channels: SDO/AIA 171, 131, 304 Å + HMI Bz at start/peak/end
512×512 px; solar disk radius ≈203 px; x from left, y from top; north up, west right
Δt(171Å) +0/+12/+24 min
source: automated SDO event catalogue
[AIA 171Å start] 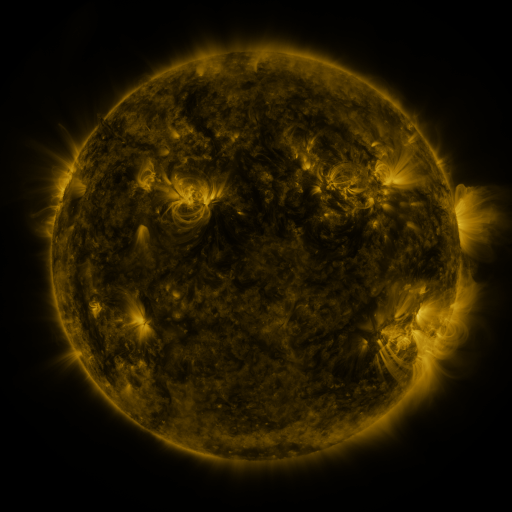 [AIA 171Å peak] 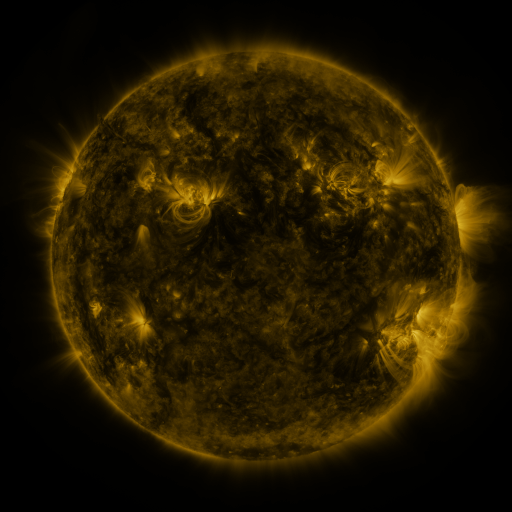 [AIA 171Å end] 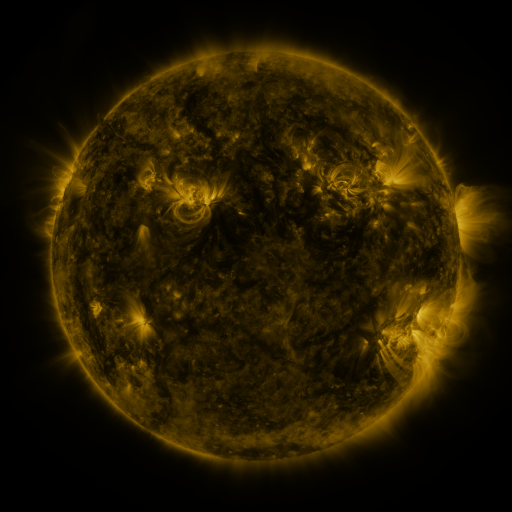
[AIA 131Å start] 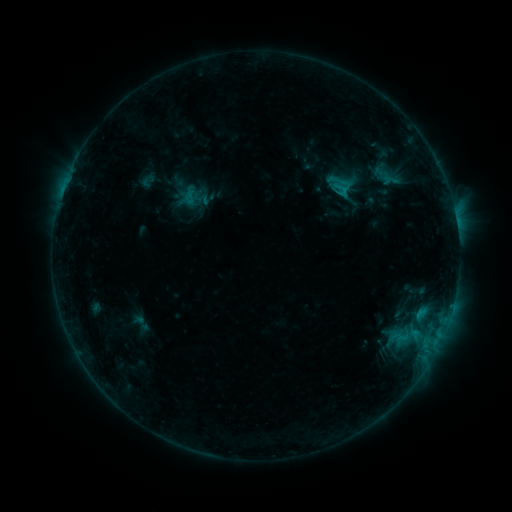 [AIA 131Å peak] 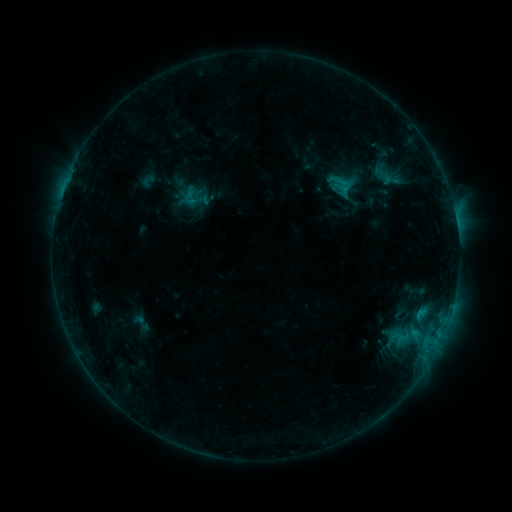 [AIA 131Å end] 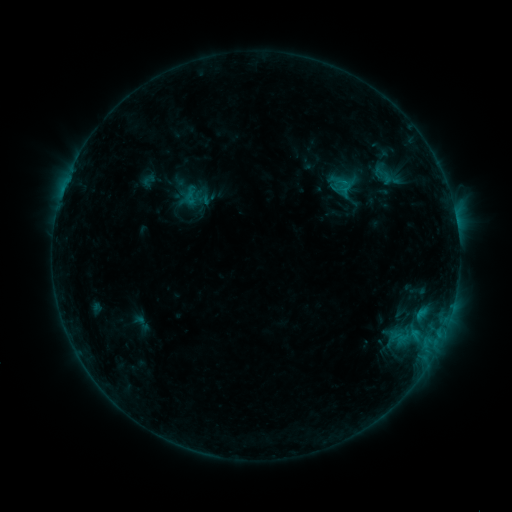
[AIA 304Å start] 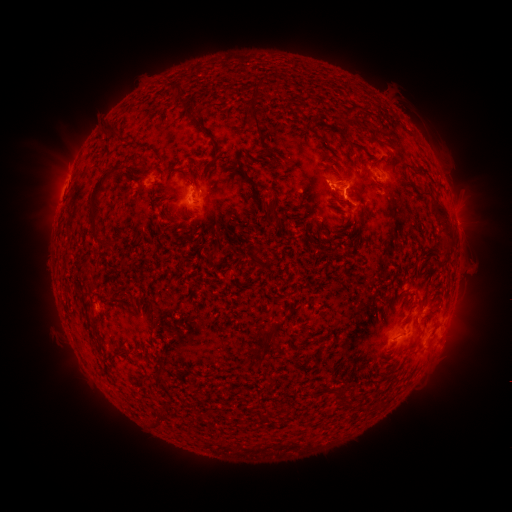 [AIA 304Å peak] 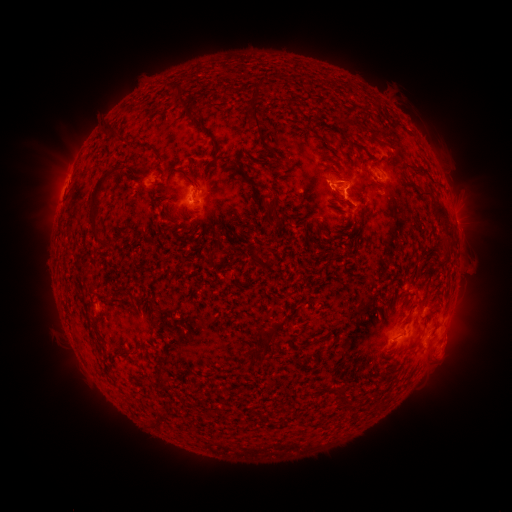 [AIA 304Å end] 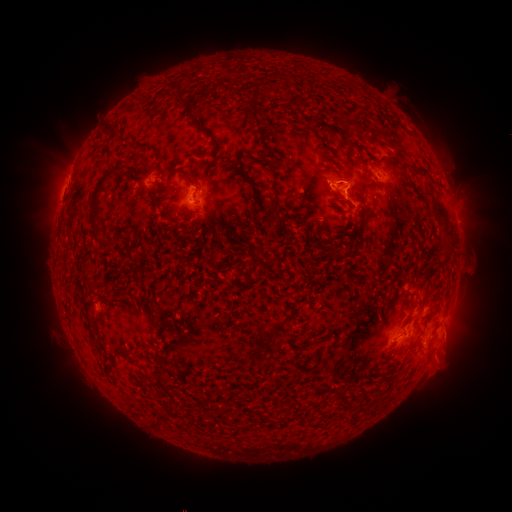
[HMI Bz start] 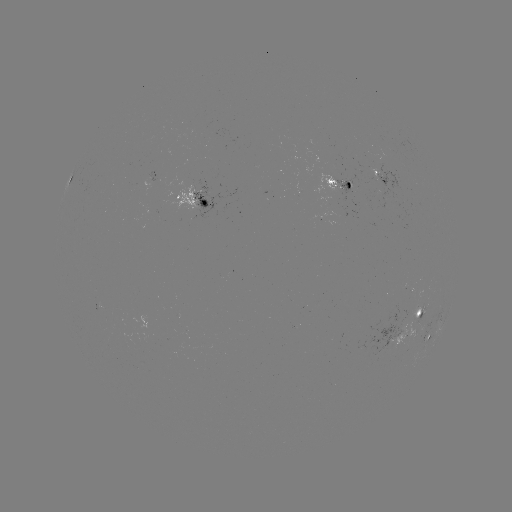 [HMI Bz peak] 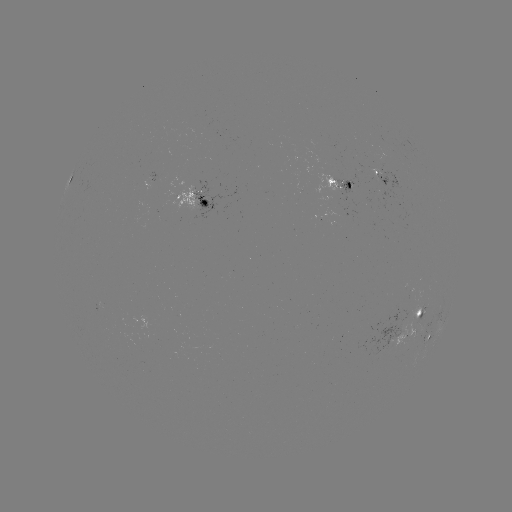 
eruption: <bbox>422, 328, 475, 386</bbox>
